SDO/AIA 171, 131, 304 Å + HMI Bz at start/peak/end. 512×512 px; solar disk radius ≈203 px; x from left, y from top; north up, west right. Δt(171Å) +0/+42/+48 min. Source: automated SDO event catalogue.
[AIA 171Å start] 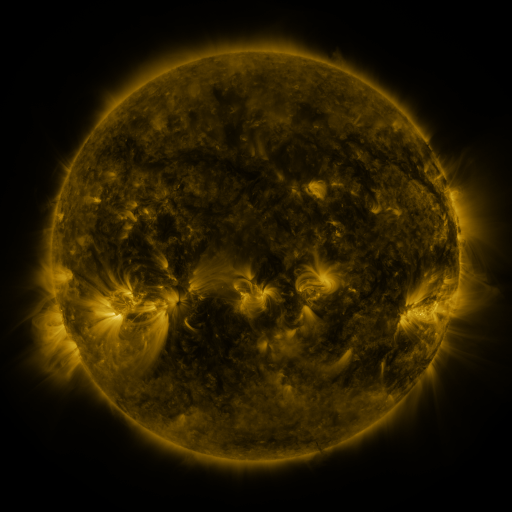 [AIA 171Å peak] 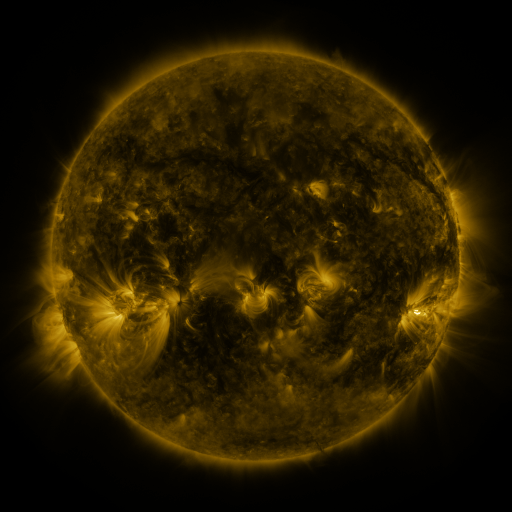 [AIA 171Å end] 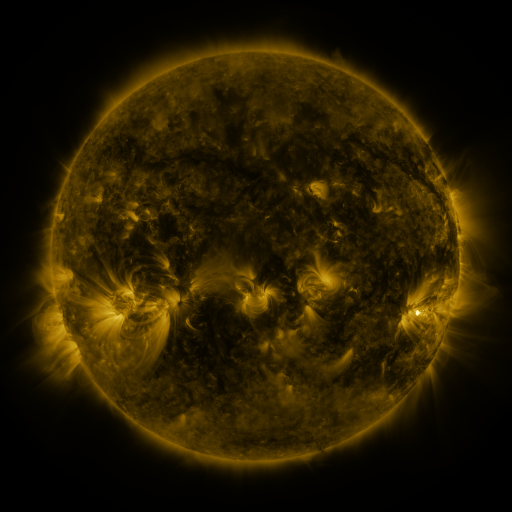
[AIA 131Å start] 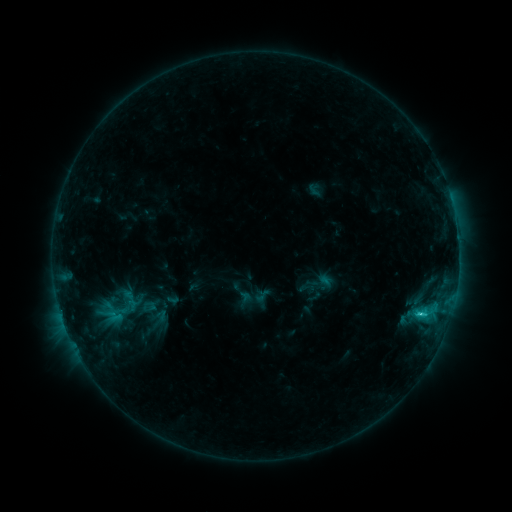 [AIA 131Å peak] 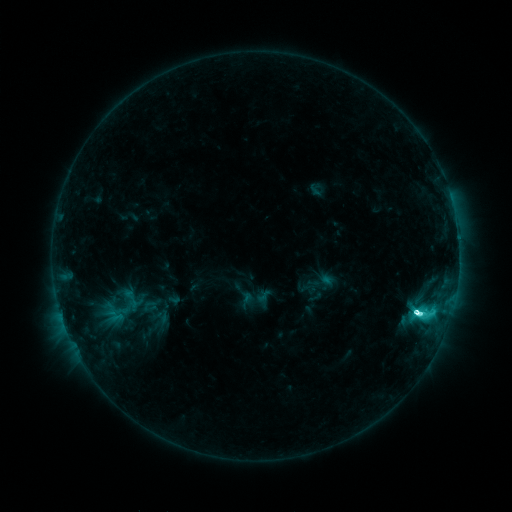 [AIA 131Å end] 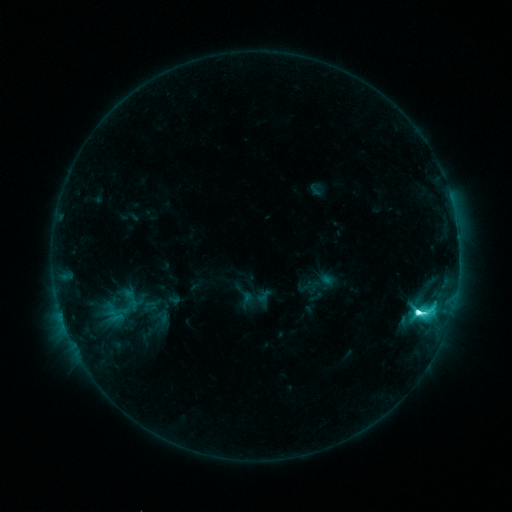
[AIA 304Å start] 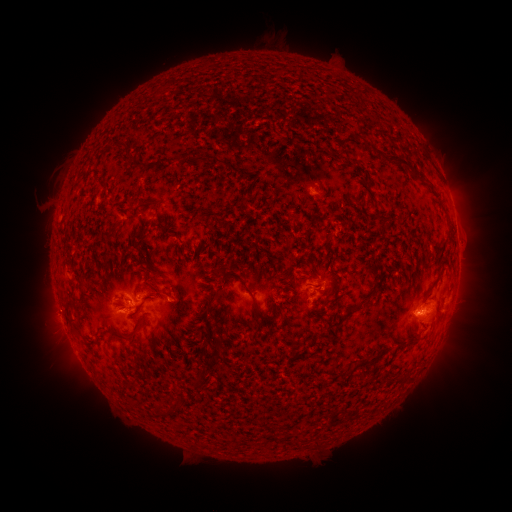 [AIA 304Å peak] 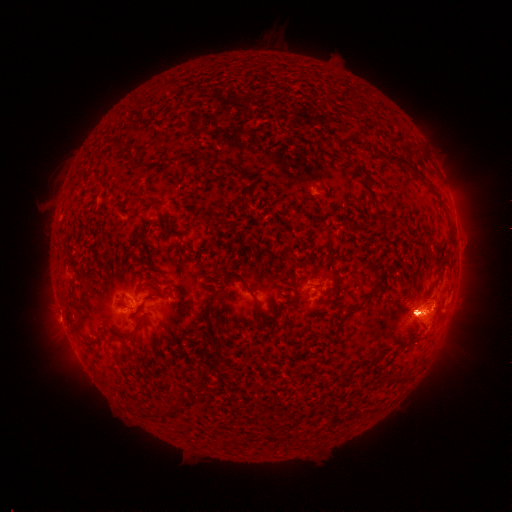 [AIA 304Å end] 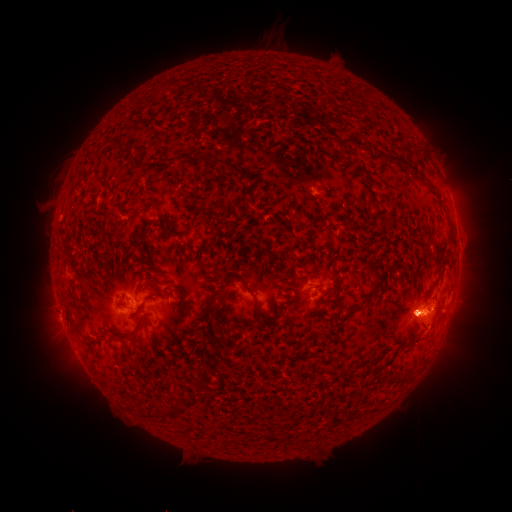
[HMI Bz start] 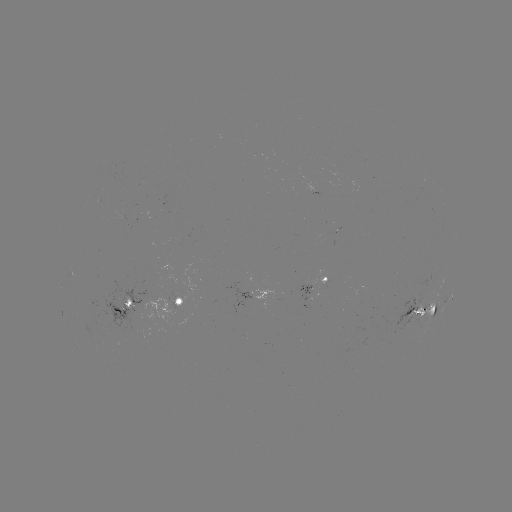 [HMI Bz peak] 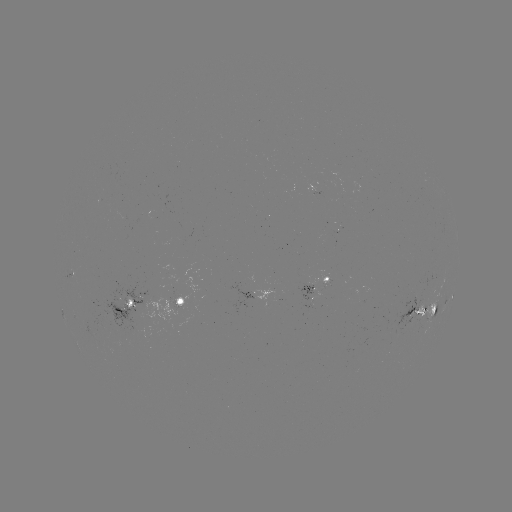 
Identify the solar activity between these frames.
M1.6 flare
